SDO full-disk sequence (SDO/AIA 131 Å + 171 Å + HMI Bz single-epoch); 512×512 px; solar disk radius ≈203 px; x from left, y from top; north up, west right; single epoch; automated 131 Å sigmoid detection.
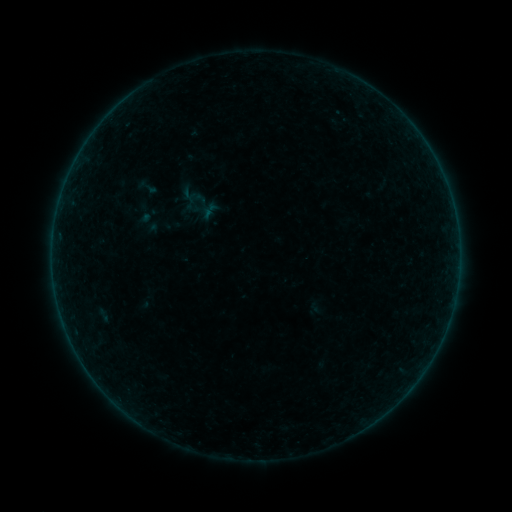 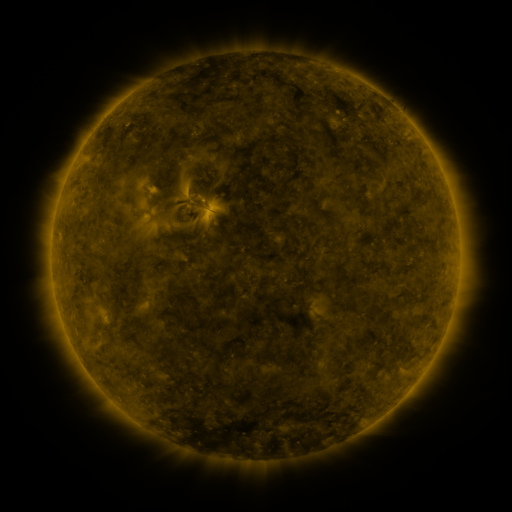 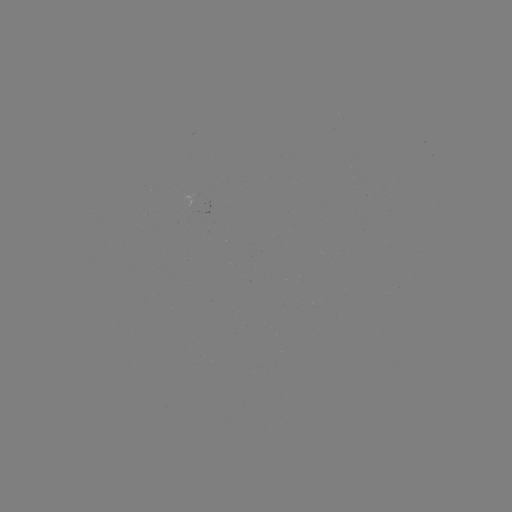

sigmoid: <bbox>135, 175, 158, 199</bbox>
